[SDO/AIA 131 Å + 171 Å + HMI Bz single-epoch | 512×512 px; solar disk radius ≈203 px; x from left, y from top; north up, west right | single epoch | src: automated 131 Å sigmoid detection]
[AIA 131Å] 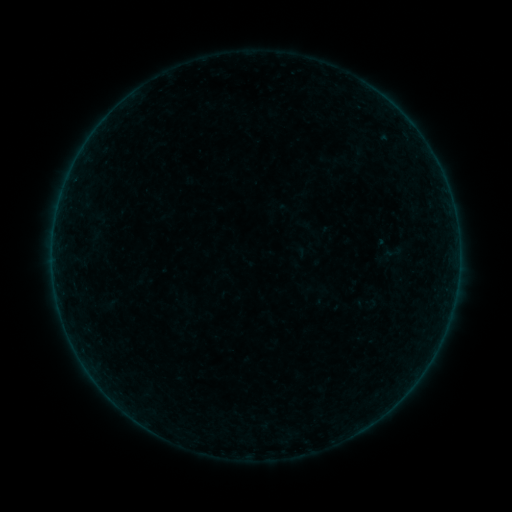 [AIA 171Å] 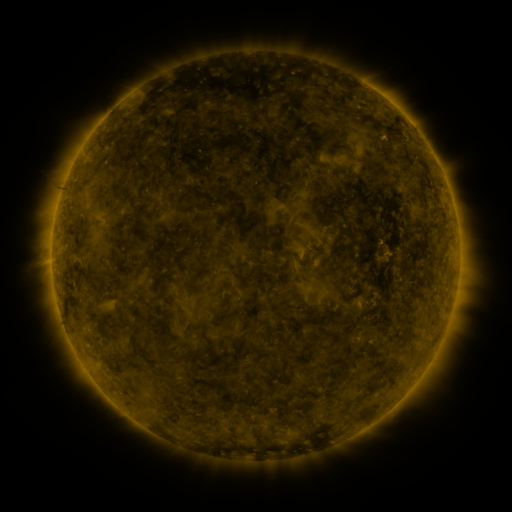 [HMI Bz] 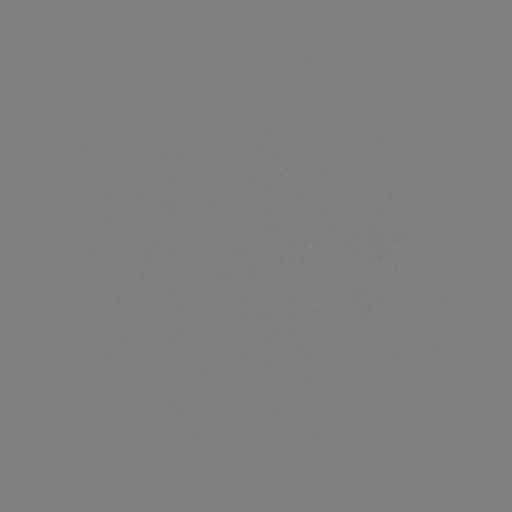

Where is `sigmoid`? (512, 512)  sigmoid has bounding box [383, 244, 403, 261].